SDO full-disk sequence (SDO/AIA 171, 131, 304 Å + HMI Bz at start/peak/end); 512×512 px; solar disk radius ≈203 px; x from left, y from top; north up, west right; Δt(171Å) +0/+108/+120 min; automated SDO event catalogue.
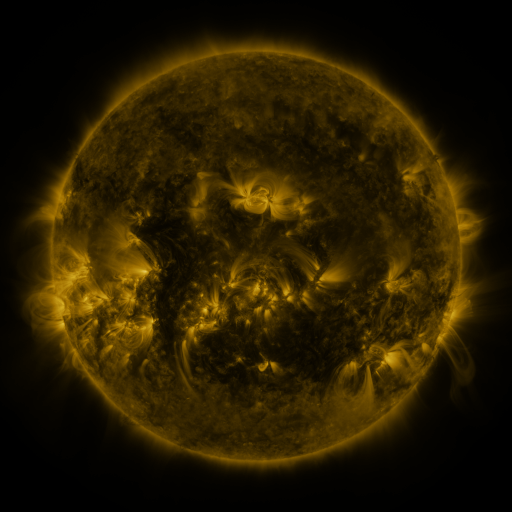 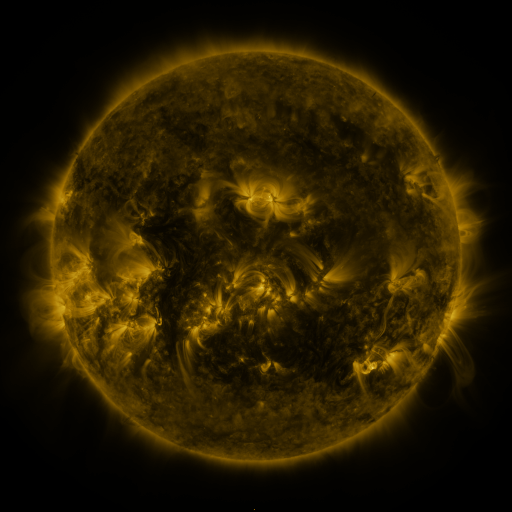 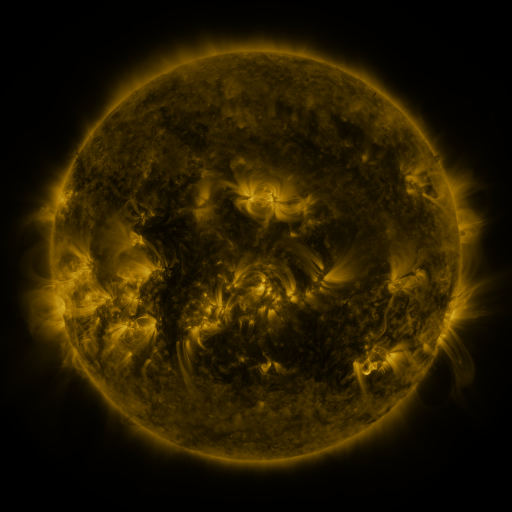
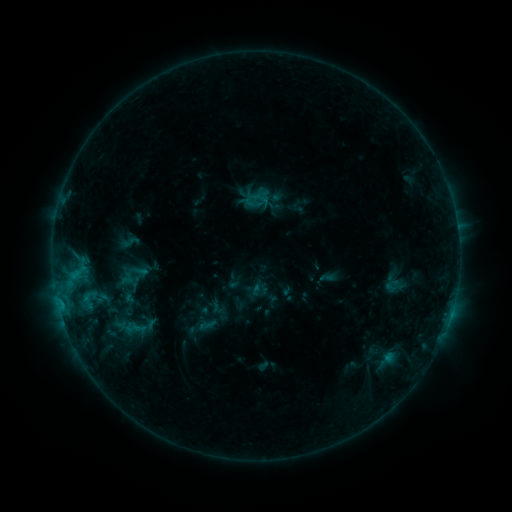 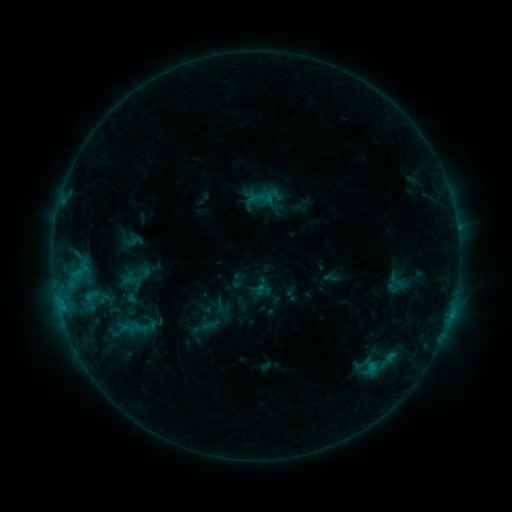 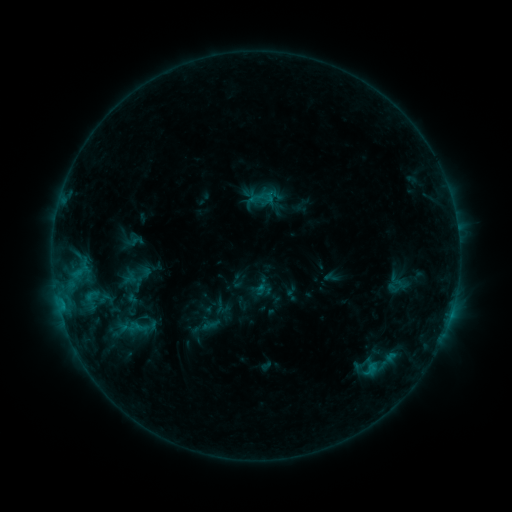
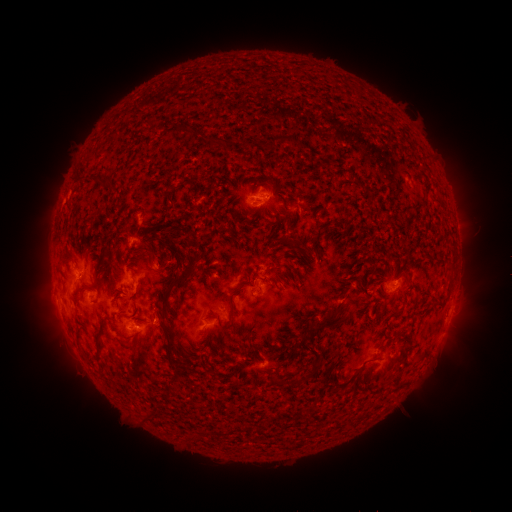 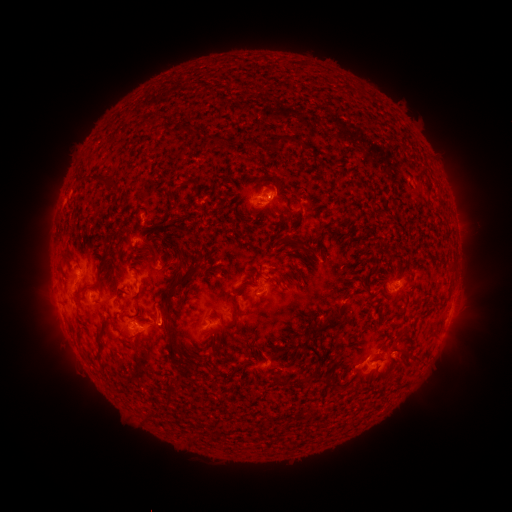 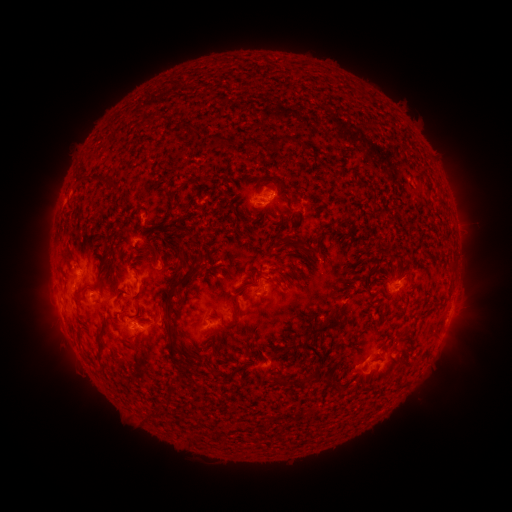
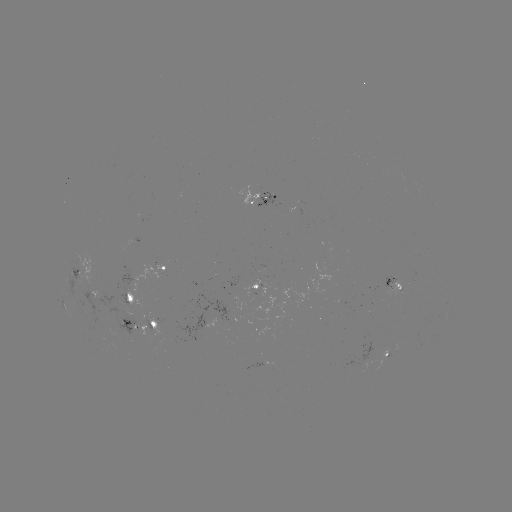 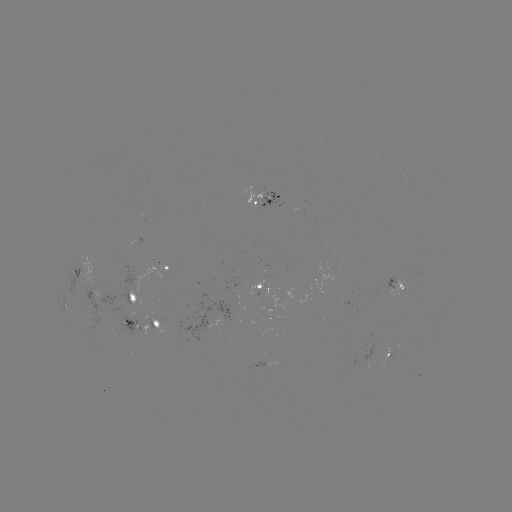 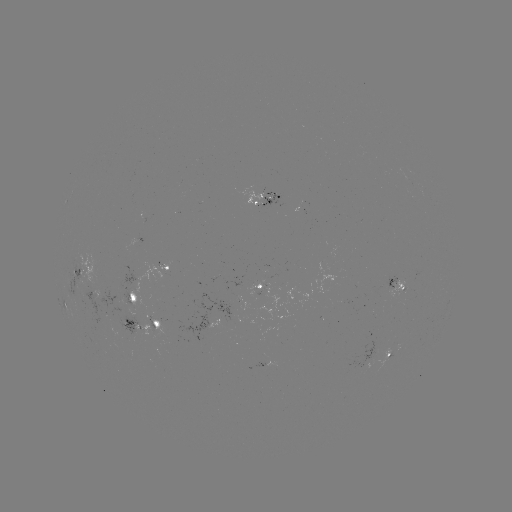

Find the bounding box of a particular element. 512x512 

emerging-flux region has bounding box [259, 193, 279, 209].